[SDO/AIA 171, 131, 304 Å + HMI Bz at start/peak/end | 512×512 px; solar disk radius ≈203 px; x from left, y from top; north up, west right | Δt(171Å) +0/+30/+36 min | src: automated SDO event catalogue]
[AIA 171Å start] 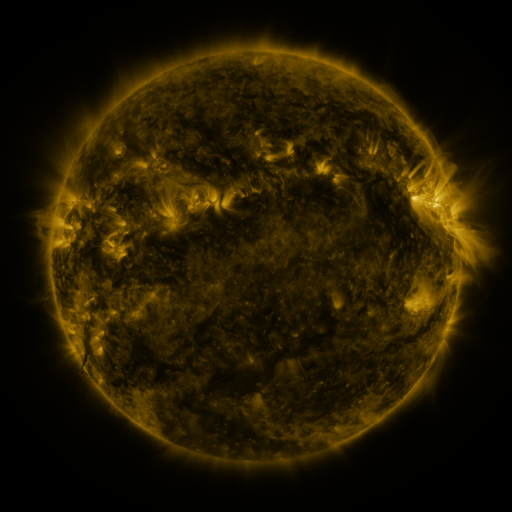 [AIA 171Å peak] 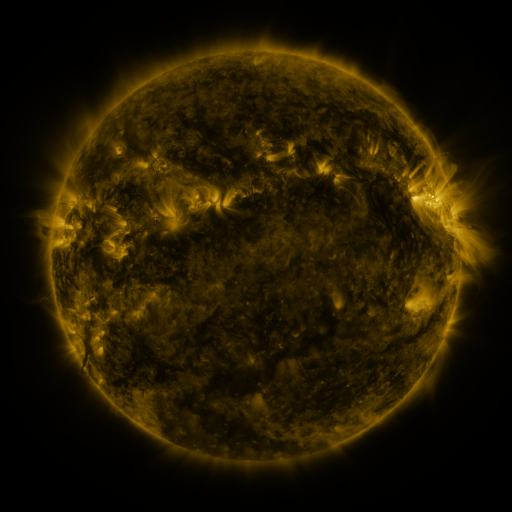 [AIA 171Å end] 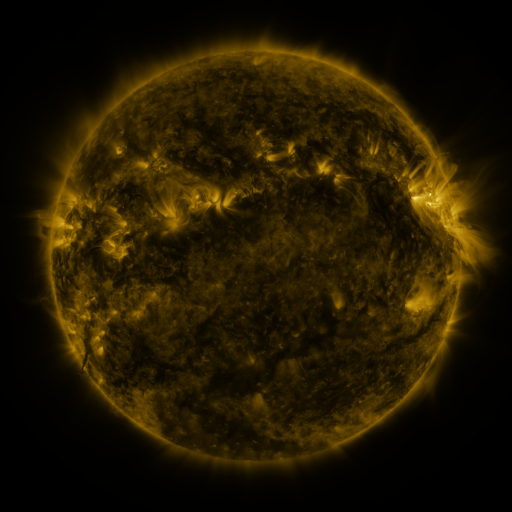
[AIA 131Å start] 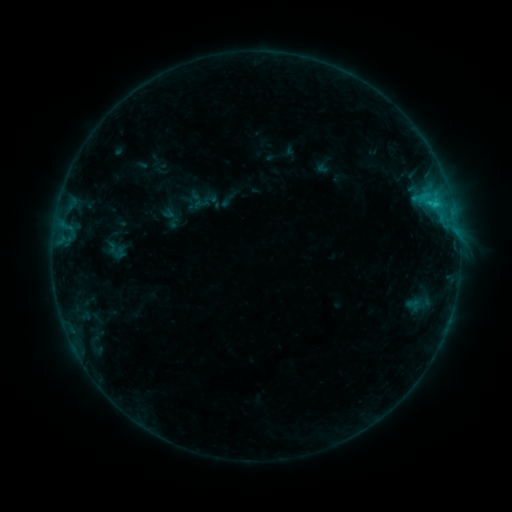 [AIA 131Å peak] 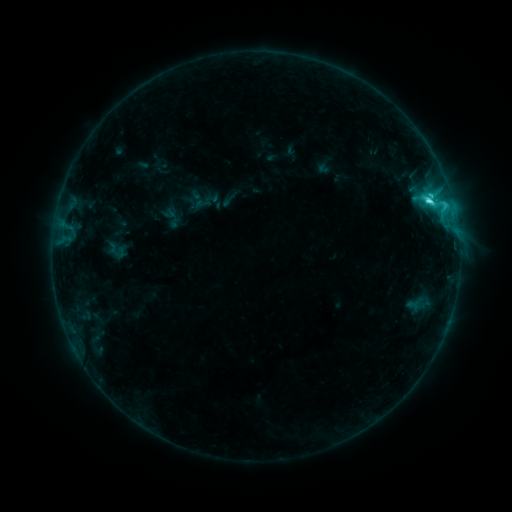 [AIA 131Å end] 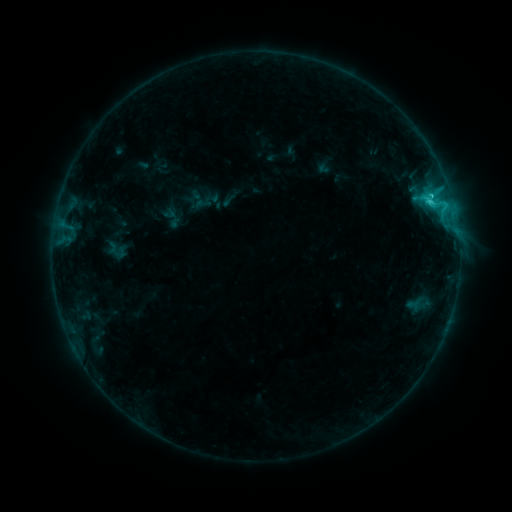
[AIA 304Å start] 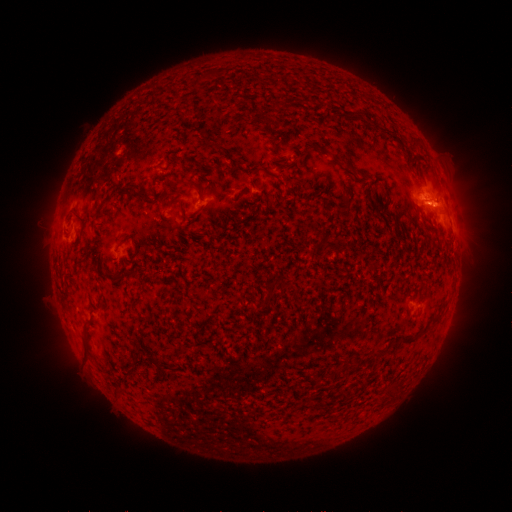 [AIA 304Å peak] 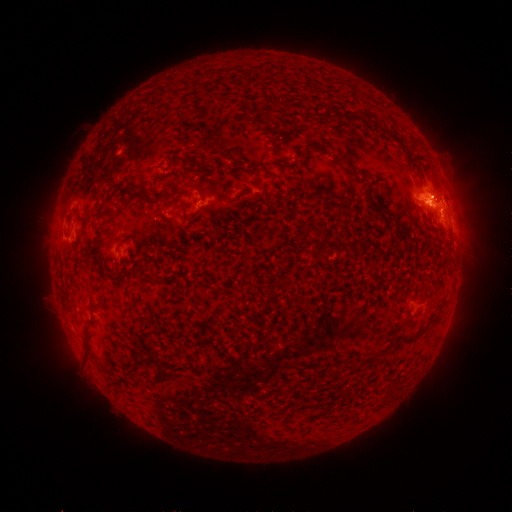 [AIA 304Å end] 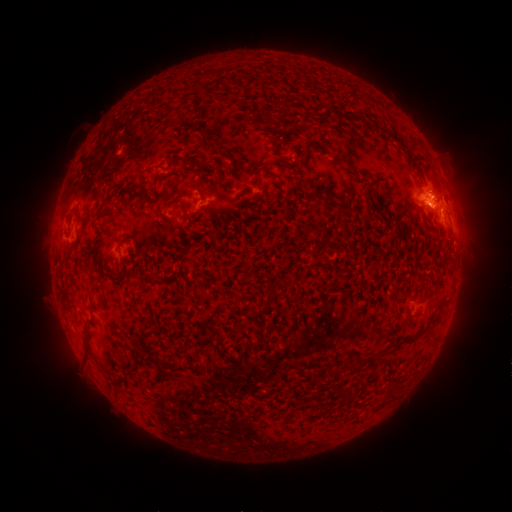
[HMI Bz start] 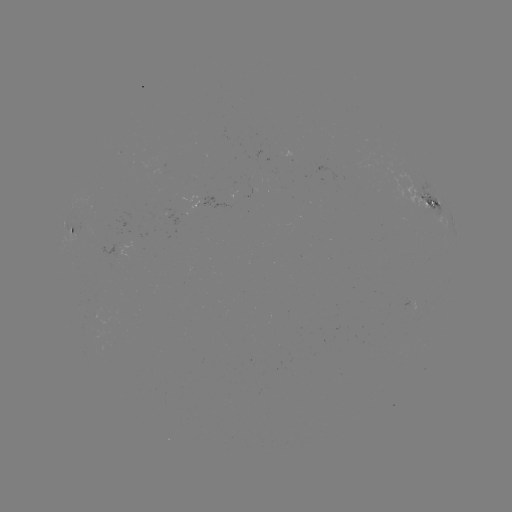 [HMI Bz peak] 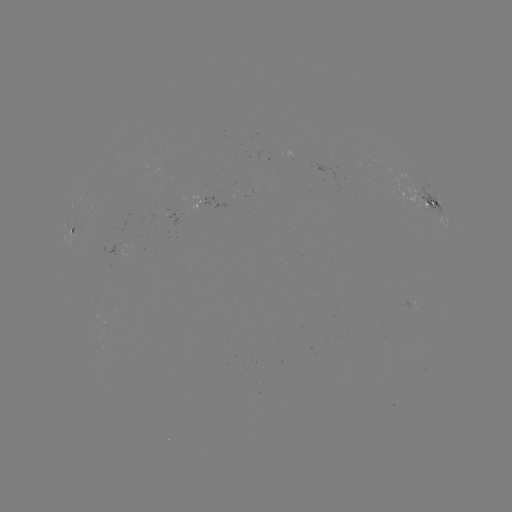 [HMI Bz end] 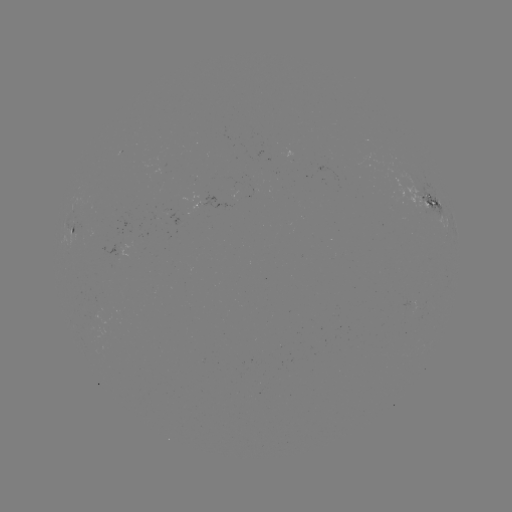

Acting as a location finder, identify C4.1 flare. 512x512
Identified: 426,201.